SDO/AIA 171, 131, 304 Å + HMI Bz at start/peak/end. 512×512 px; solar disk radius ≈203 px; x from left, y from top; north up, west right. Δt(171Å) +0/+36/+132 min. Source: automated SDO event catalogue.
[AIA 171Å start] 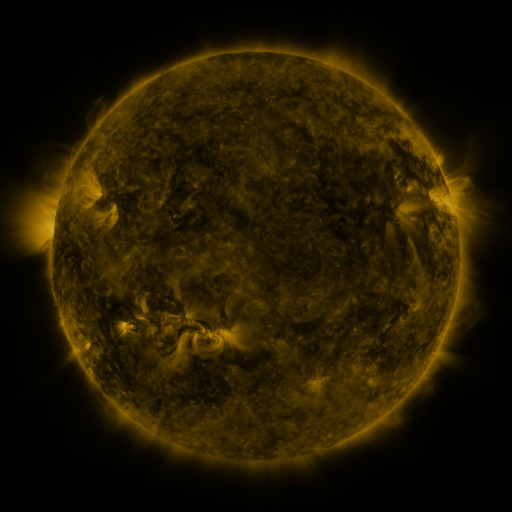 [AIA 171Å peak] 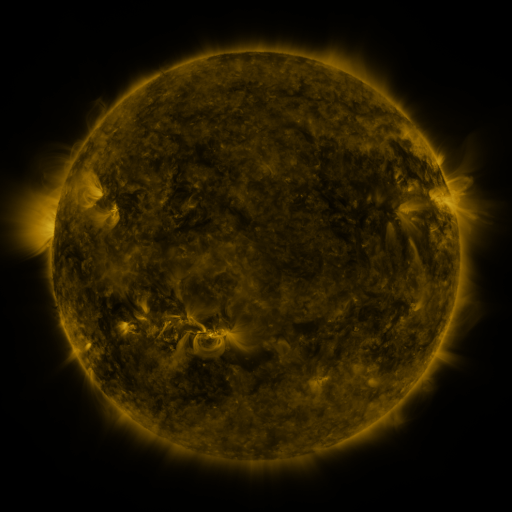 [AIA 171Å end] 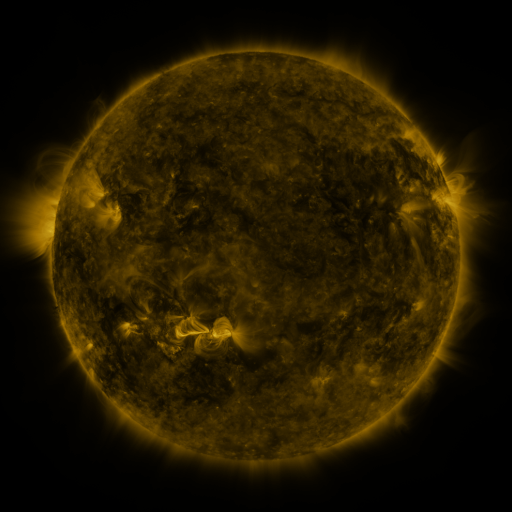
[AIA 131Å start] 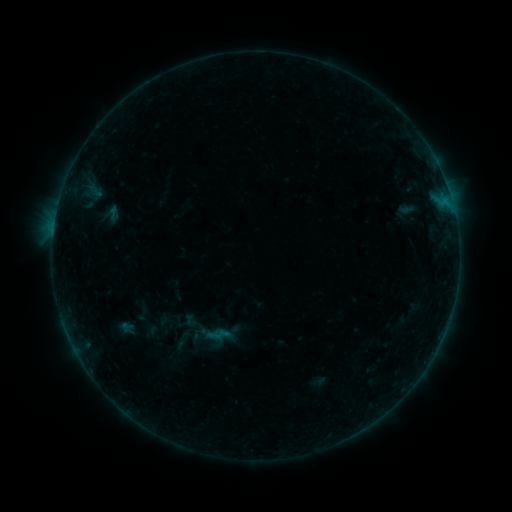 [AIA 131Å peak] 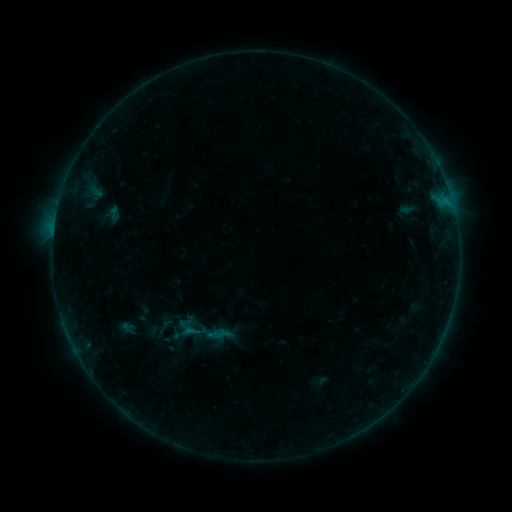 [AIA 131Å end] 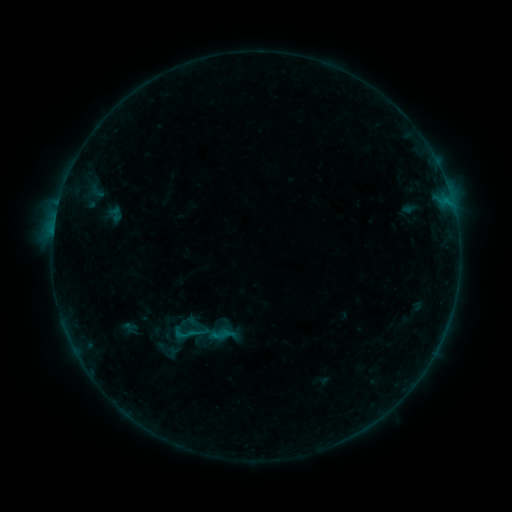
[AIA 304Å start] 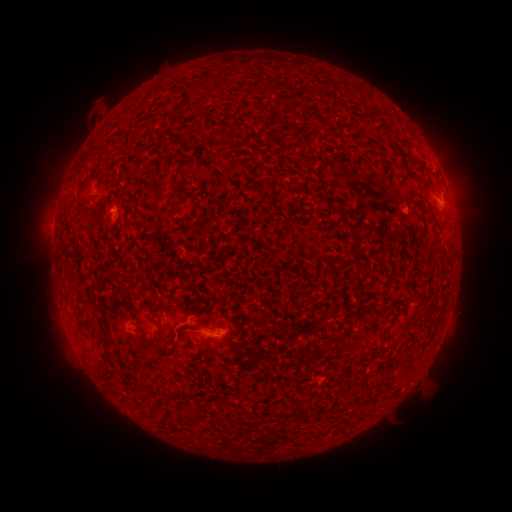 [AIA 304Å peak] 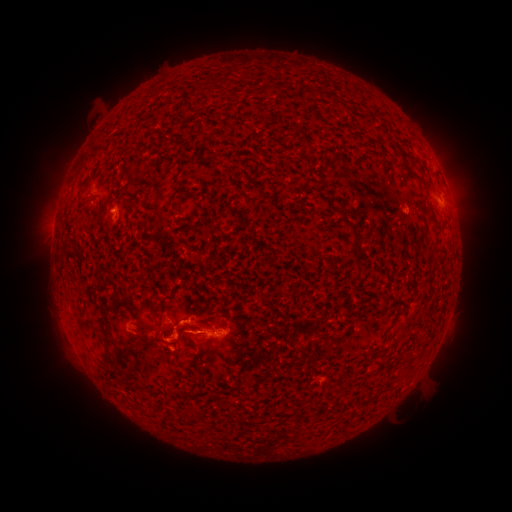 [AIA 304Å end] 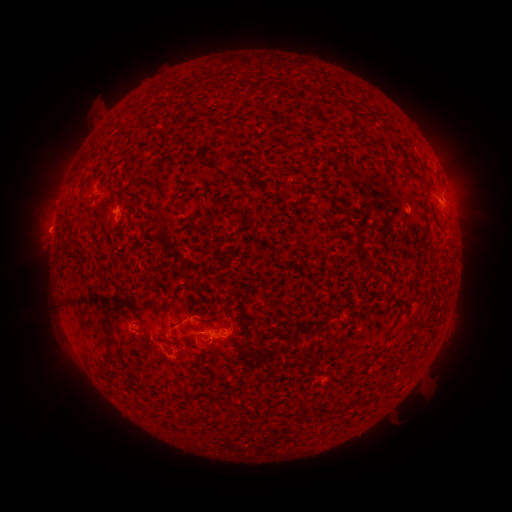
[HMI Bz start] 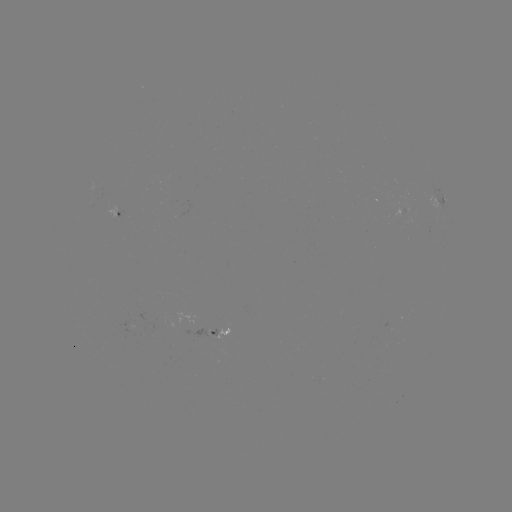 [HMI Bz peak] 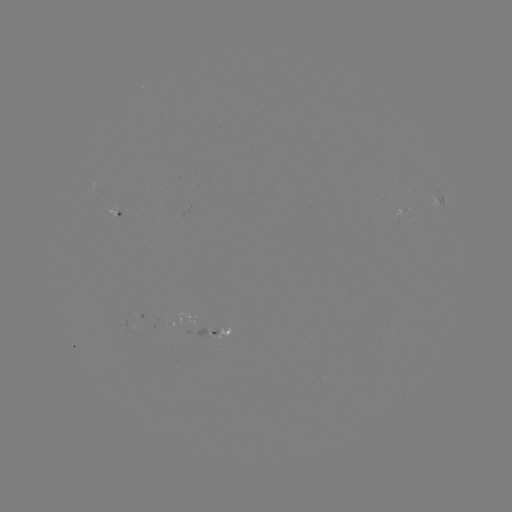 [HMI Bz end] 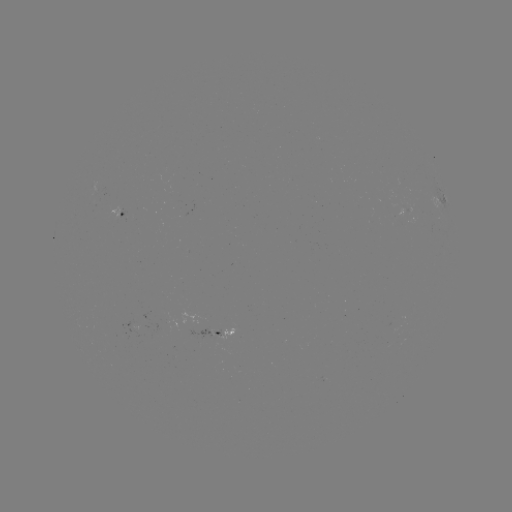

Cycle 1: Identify B4.7 flare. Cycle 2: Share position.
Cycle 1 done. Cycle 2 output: [189, 327].